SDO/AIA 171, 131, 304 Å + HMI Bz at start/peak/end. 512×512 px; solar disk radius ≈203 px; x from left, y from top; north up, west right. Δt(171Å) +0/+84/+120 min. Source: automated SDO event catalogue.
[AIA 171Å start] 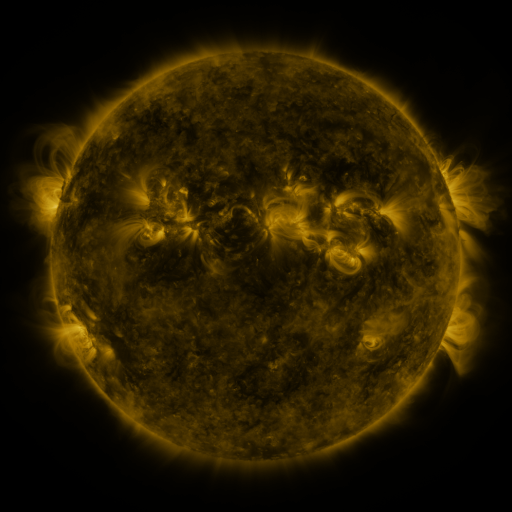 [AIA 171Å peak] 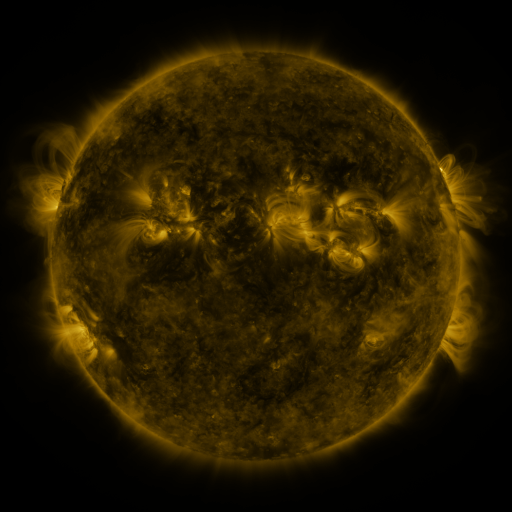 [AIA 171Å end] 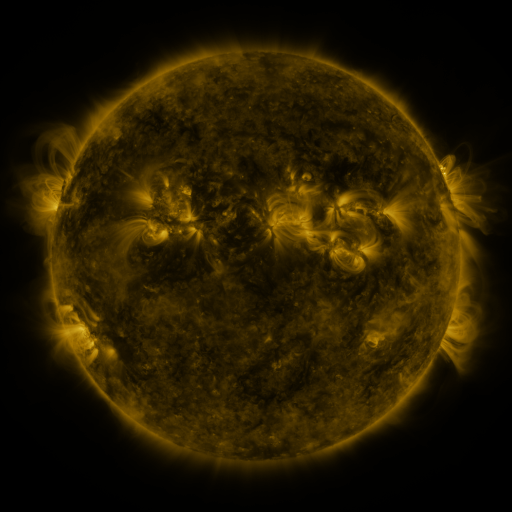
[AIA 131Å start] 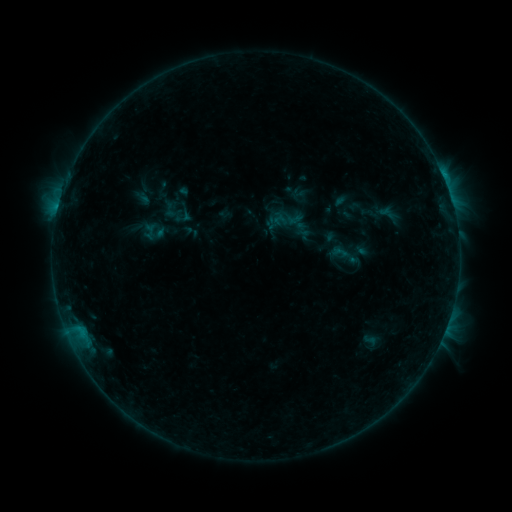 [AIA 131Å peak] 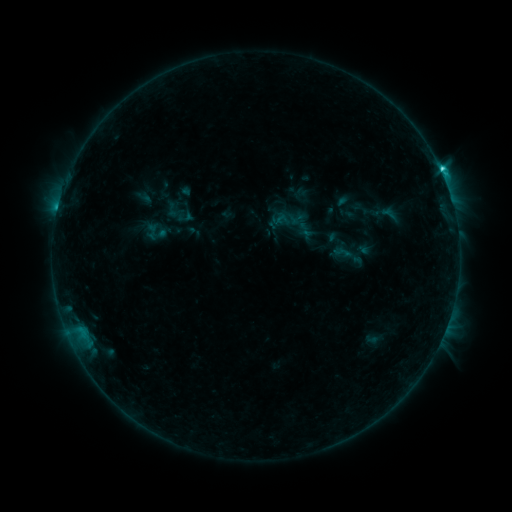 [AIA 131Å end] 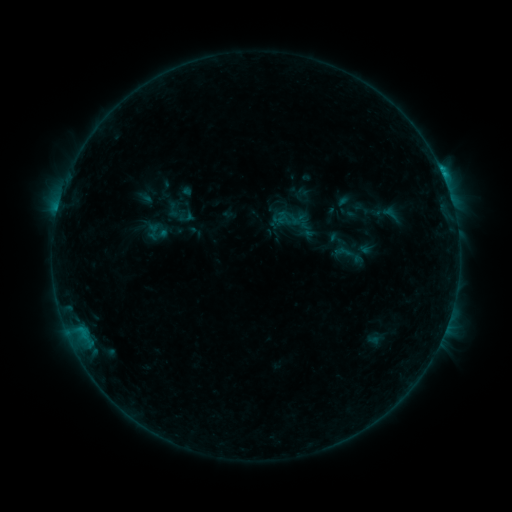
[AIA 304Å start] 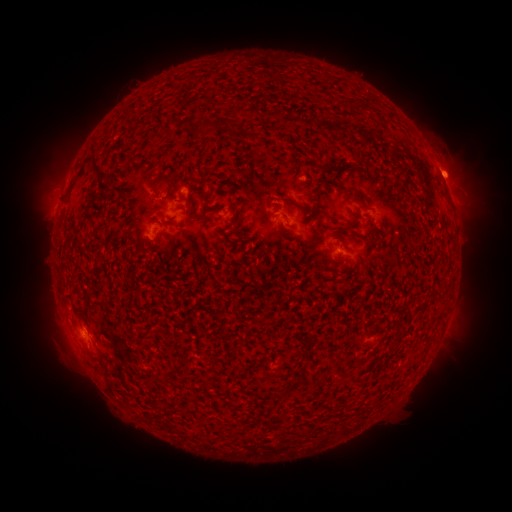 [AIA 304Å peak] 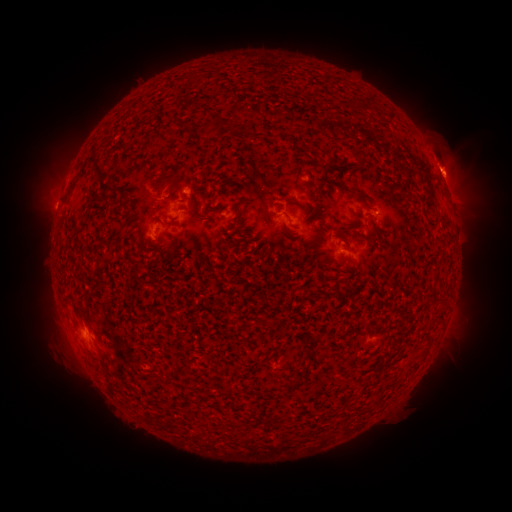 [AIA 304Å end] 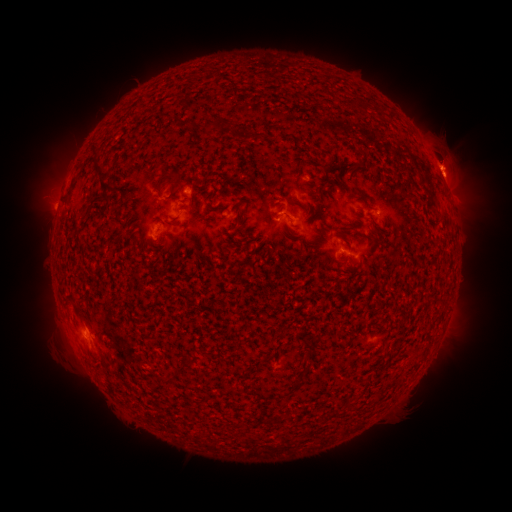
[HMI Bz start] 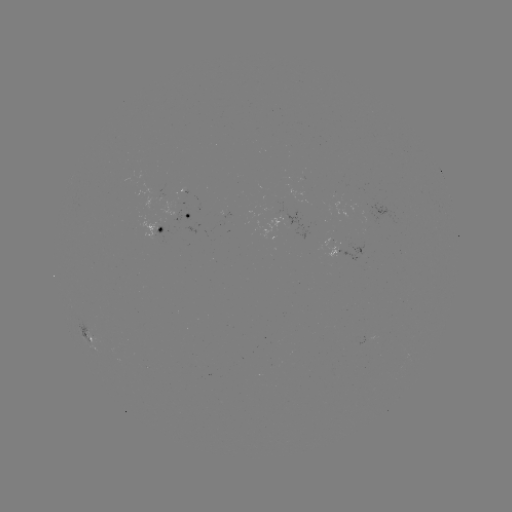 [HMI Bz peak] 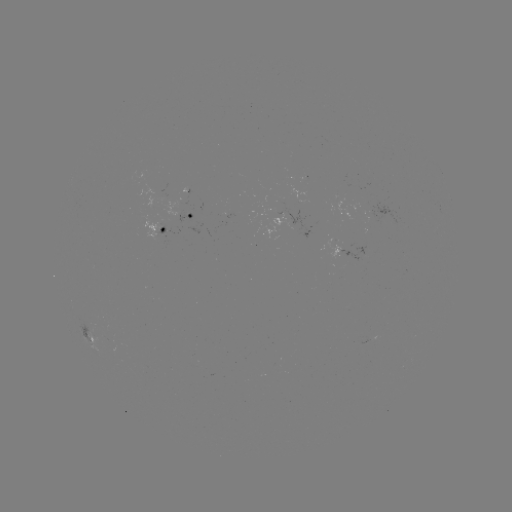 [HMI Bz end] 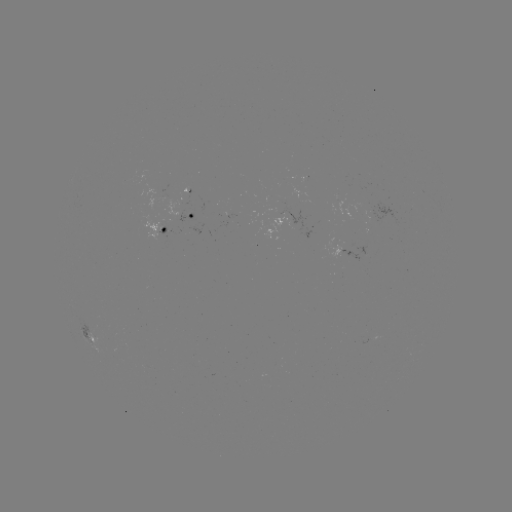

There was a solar emerging-flux region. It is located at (181, 199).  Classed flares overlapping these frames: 2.